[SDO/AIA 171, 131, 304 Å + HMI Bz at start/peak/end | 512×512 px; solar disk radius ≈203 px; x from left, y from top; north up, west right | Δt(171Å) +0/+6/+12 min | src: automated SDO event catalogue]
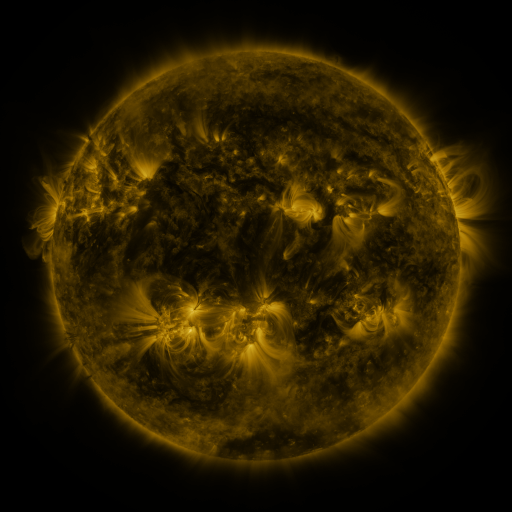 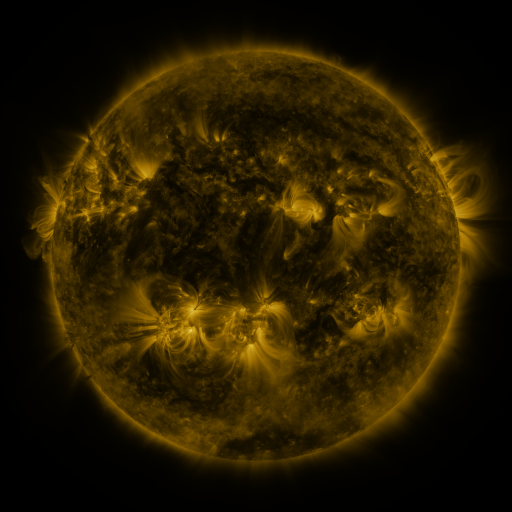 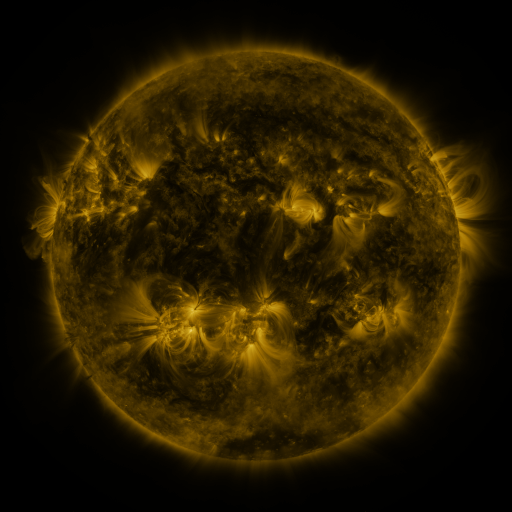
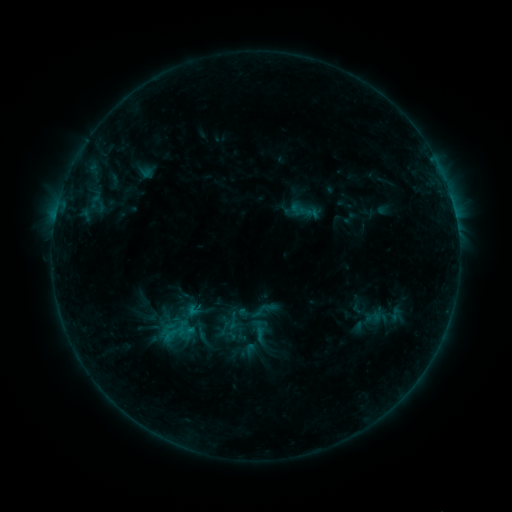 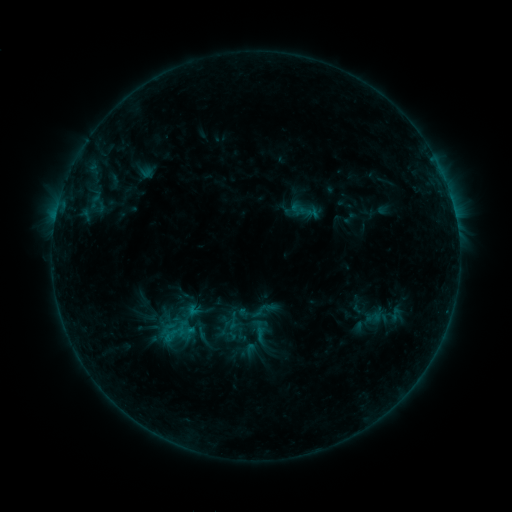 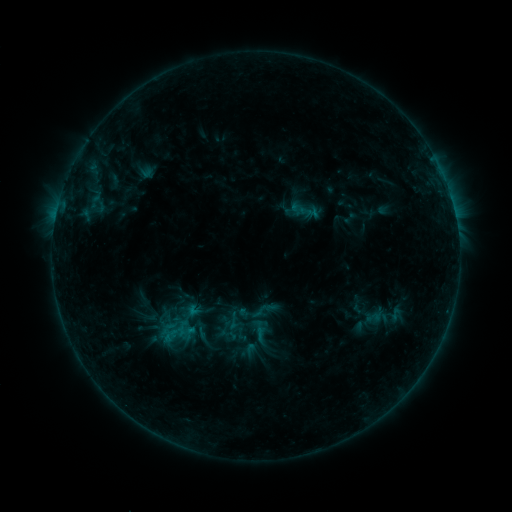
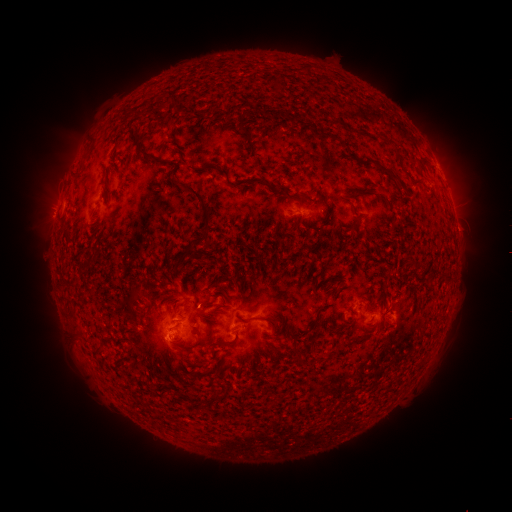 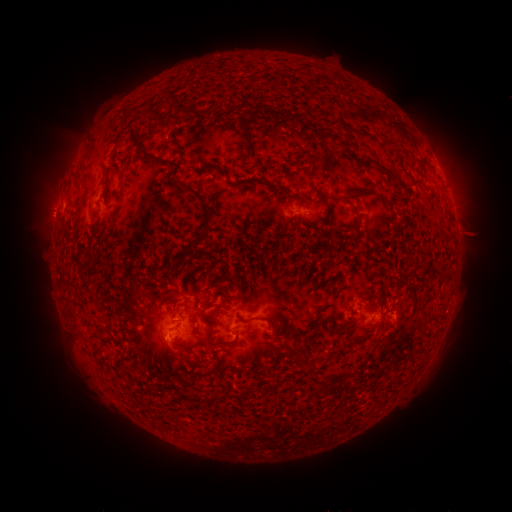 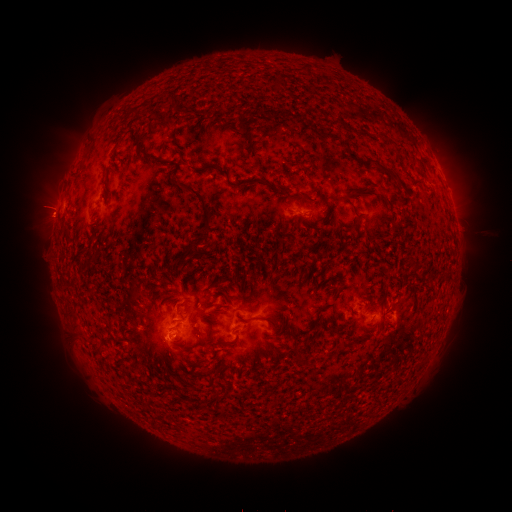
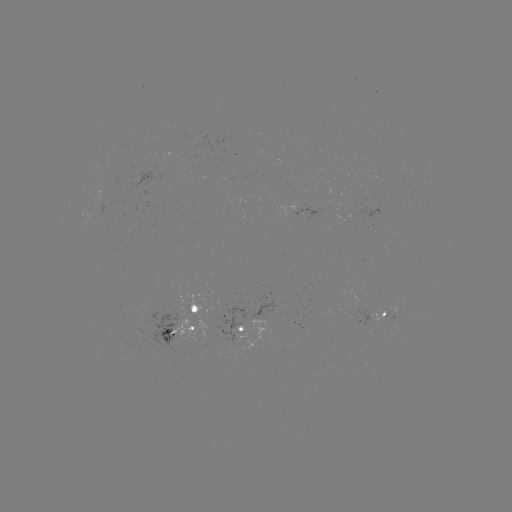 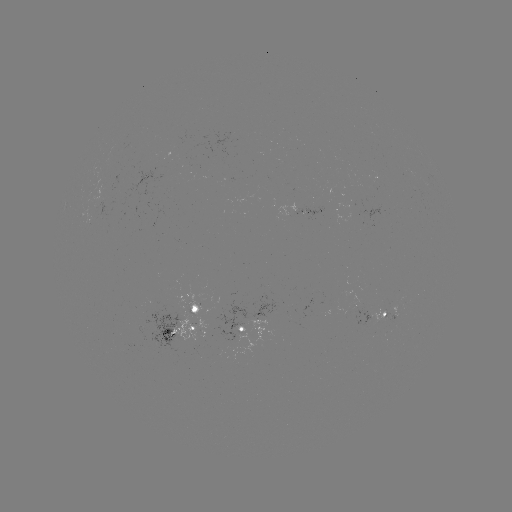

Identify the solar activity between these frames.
eruption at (468, 232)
